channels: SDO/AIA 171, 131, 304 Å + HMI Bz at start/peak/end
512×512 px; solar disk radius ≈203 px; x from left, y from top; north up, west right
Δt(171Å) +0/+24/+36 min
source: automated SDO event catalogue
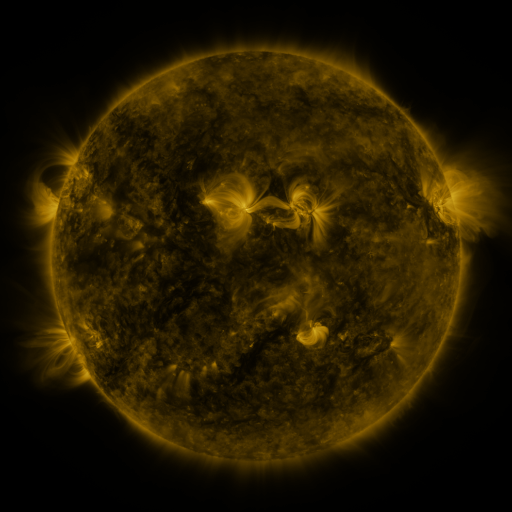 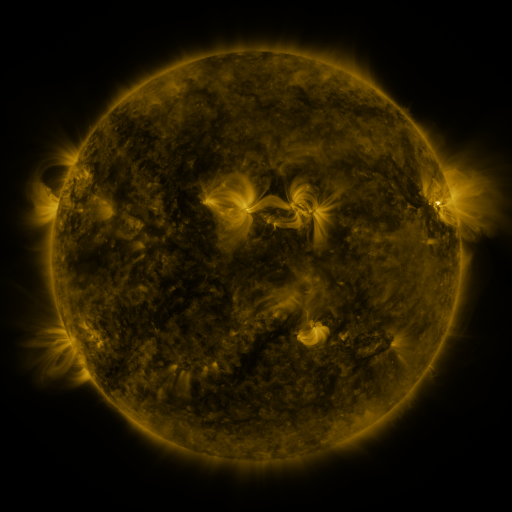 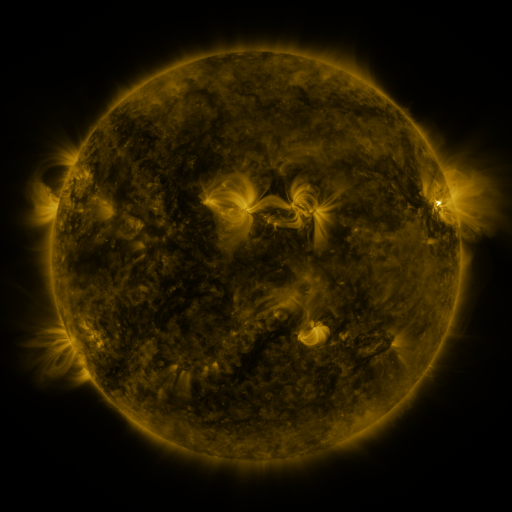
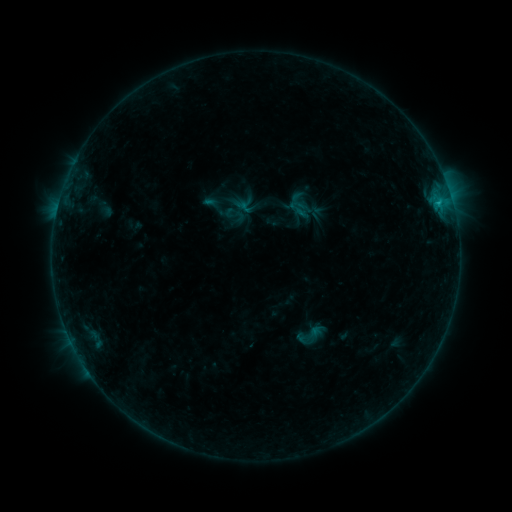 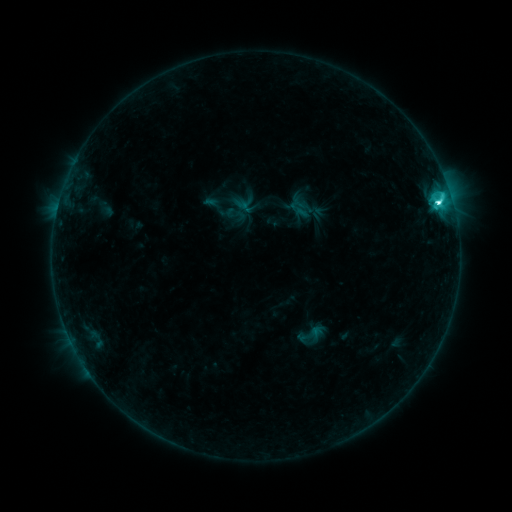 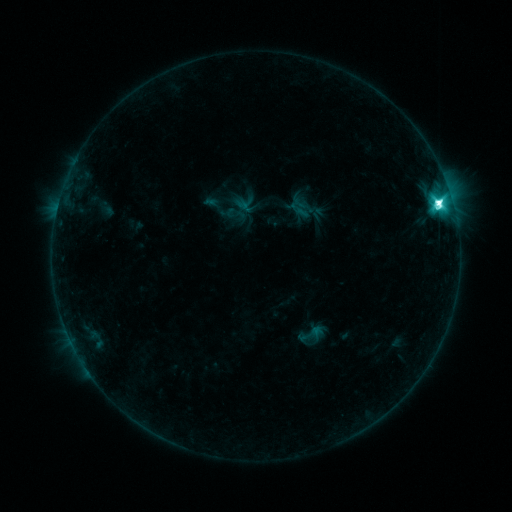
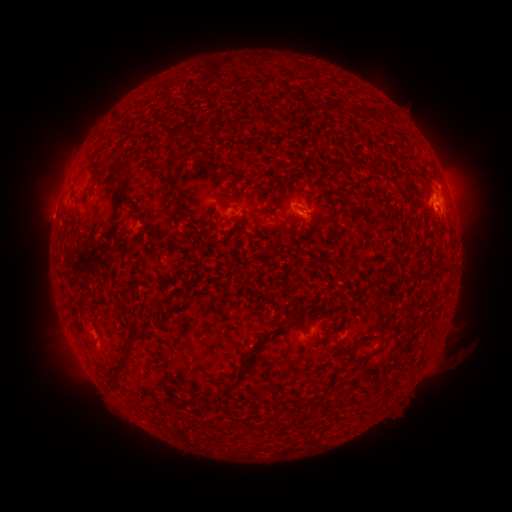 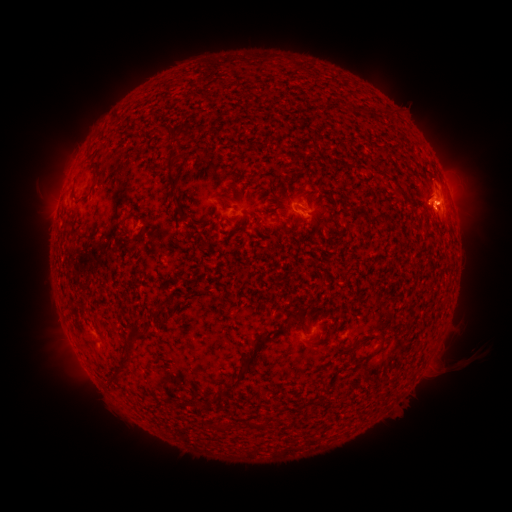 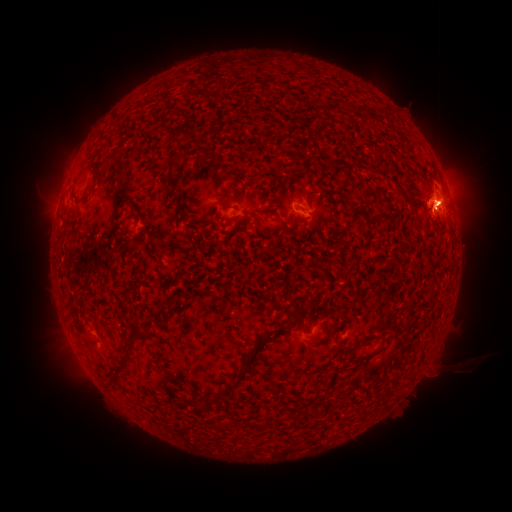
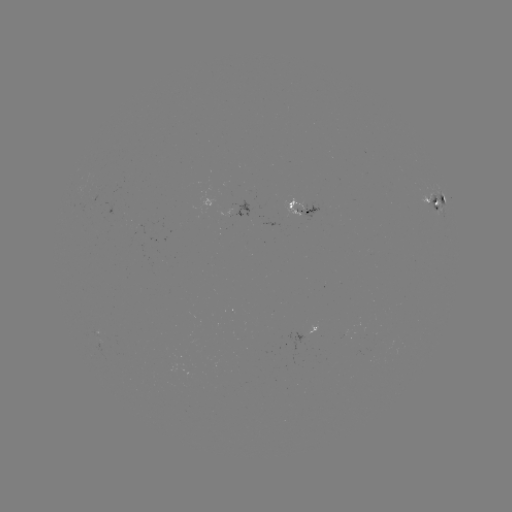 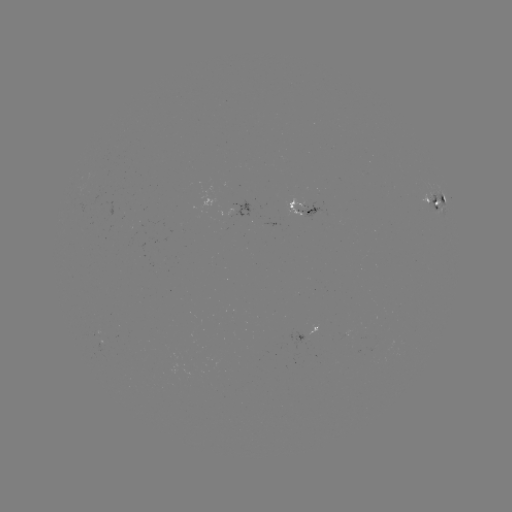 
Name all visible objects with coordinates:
M2.5 flare: (437, 204)
